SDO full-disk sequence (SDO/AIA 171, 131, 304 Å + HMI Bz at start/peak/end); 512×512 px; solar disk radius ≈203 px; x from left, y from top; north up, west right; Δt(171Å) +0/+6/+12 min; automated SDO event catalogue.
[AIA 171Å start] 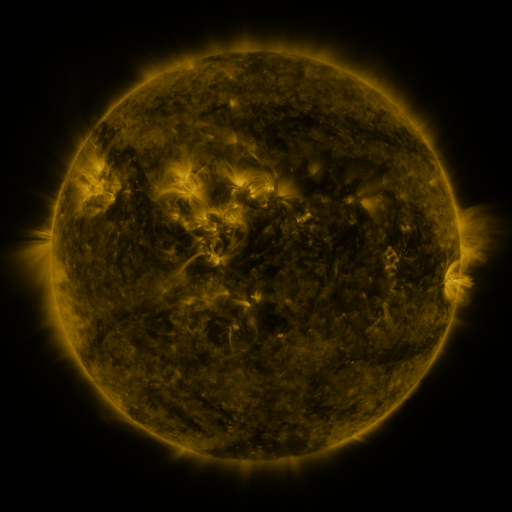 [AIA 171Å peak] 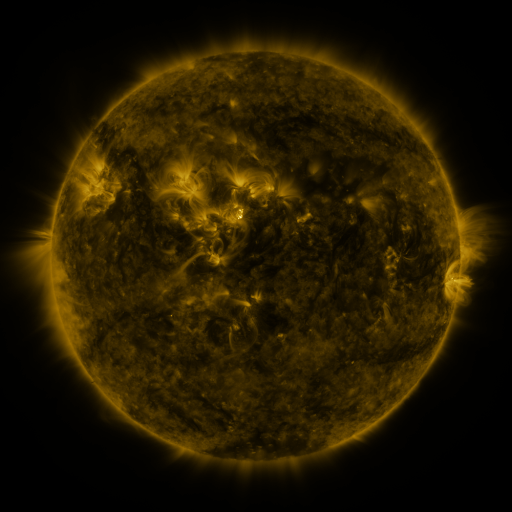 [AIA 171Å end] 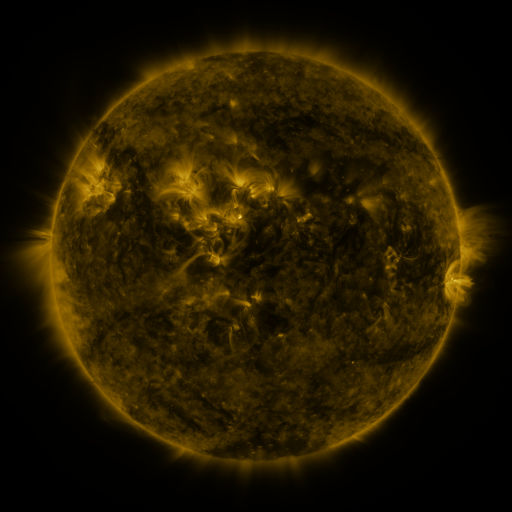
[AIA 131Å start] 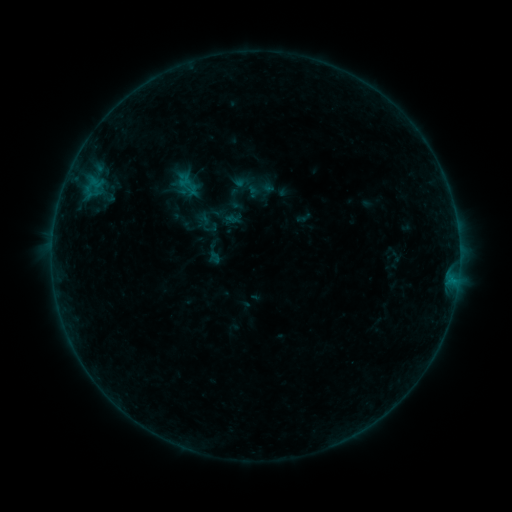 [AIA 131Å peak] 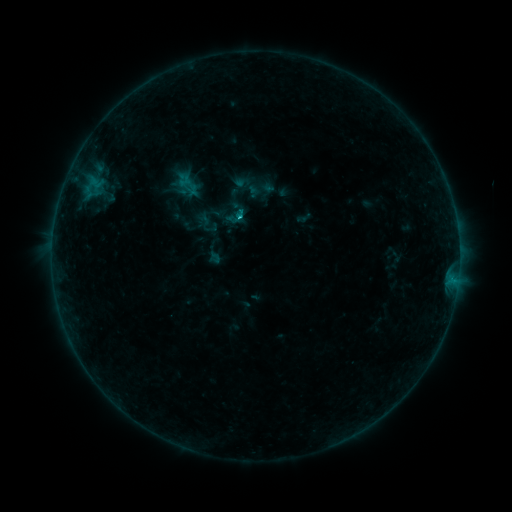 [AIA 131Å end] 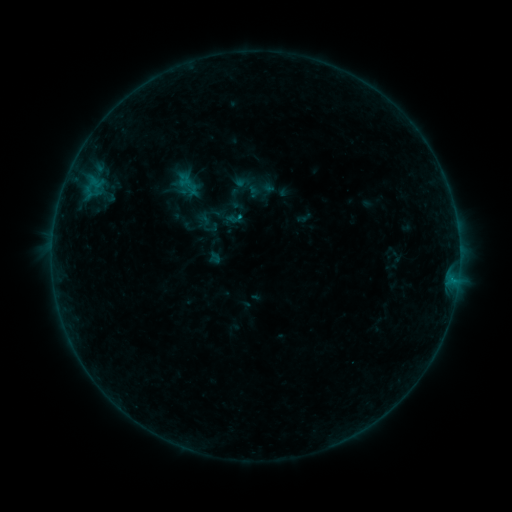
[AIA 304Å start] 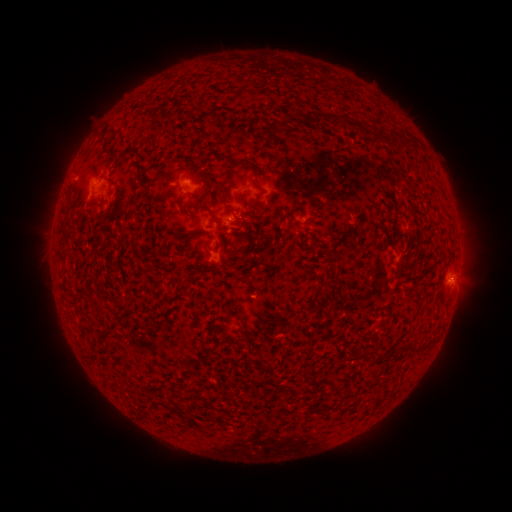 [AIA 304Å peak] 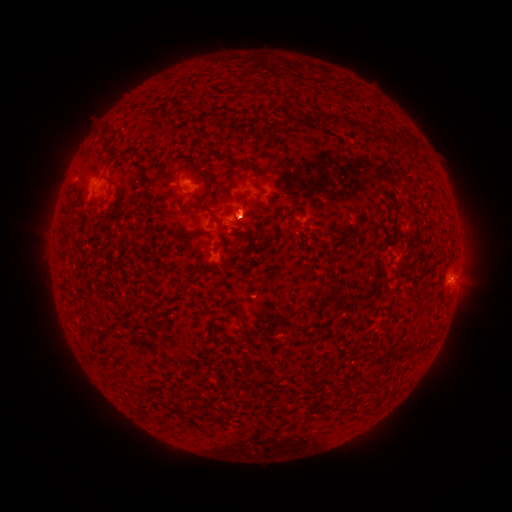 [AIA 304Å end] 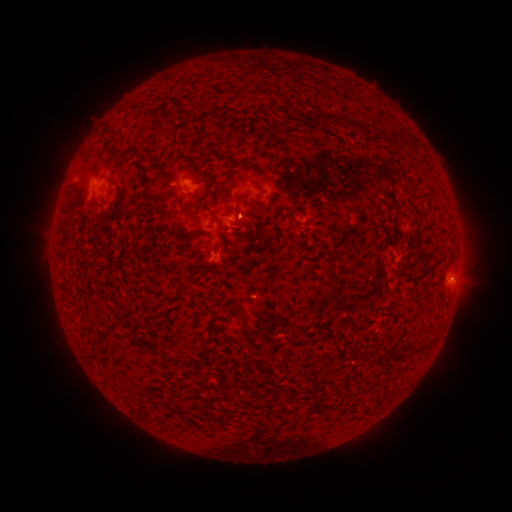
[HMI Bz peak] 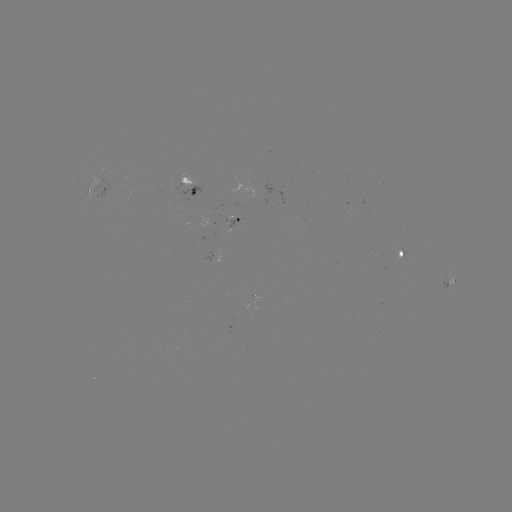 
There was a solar flare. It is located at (241, 219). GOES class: B5.5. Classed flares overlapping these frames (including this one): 1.